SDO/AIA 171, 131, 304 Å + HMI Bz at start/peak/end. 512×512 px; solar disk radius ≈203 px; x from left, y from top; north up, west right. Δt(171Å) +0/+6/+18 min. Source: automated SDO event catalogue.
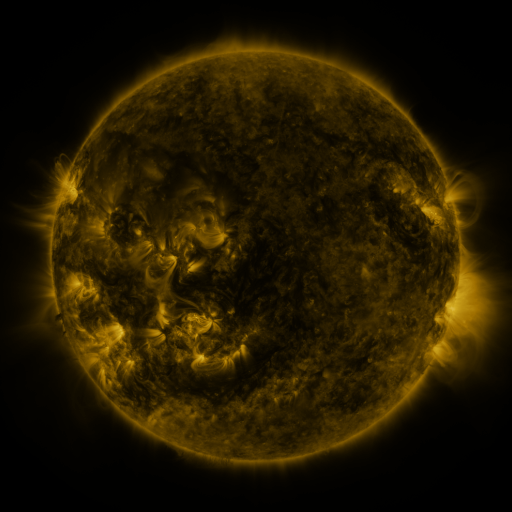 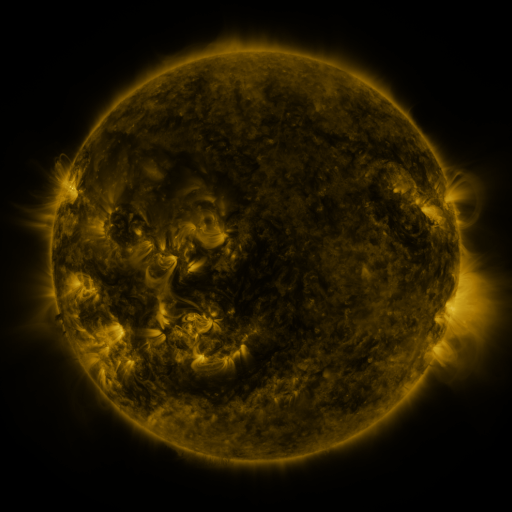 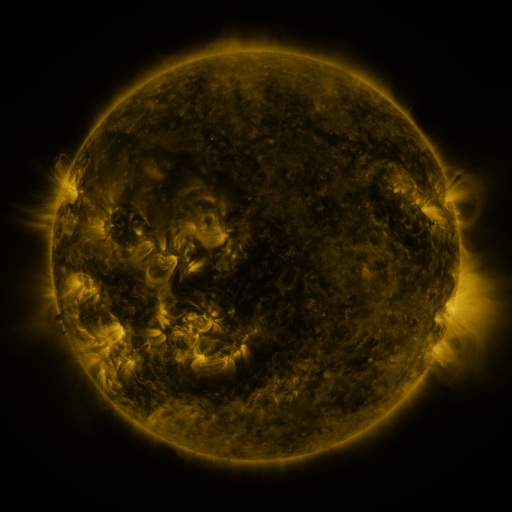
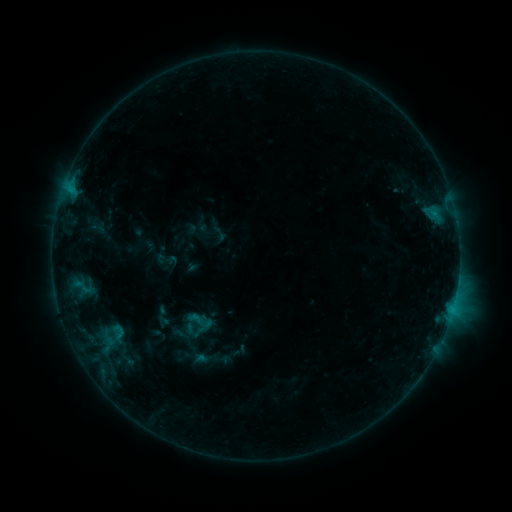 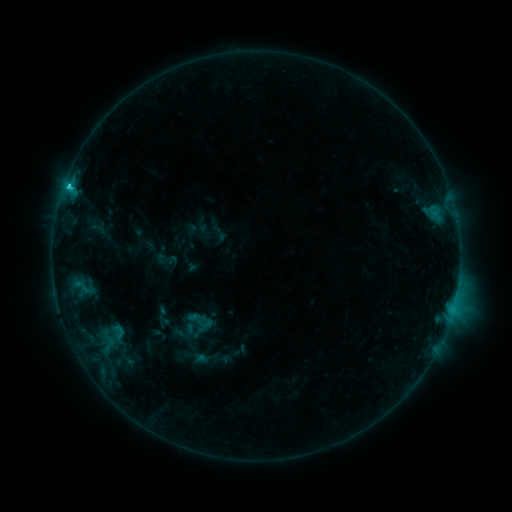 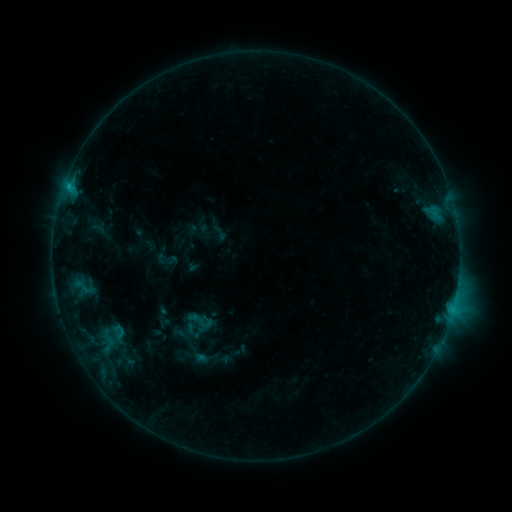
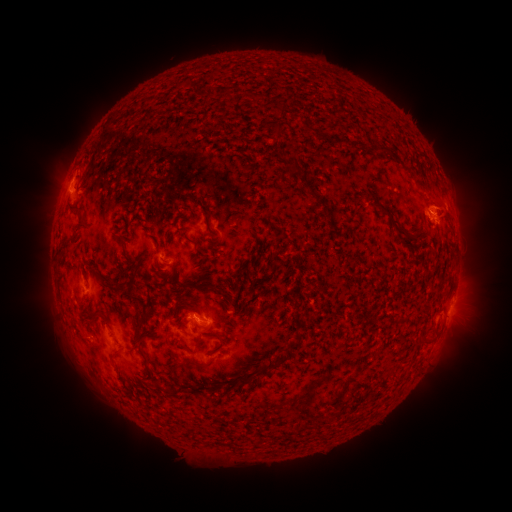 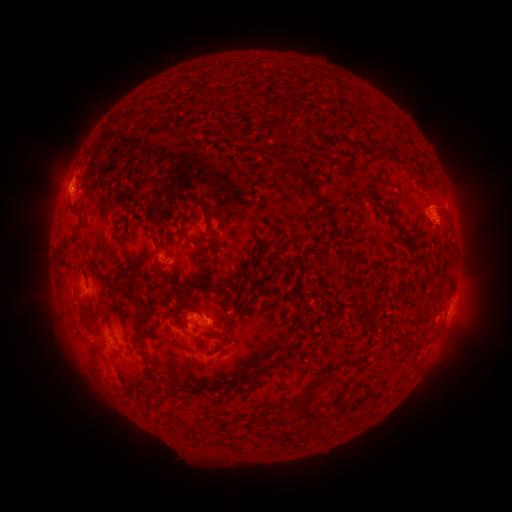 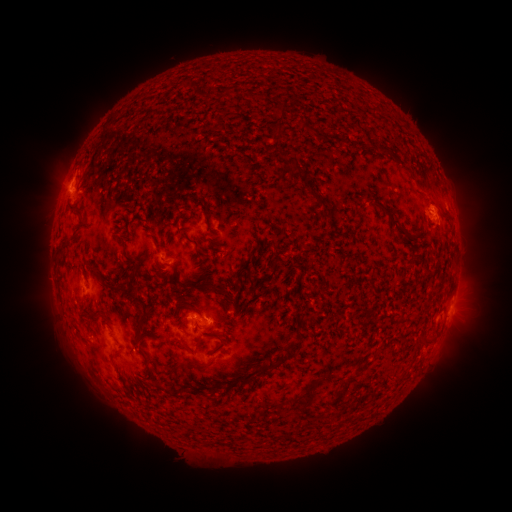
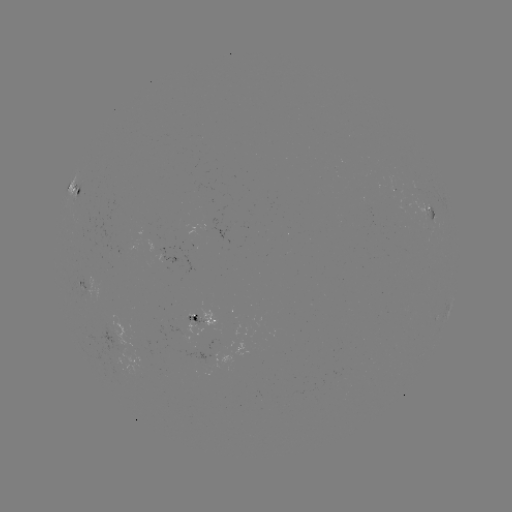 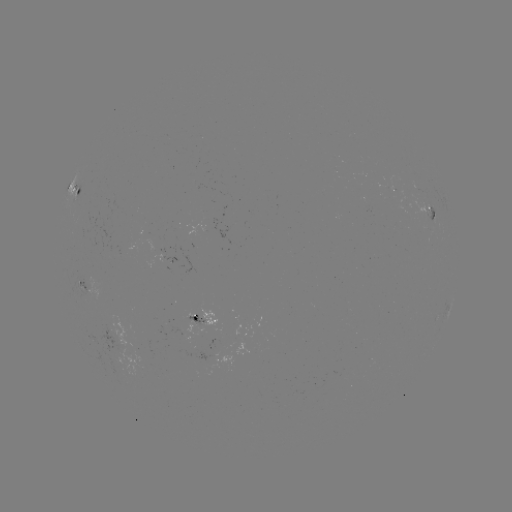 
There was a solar flare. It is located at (68, 189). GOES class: C1.7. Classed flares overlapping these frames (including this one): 1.